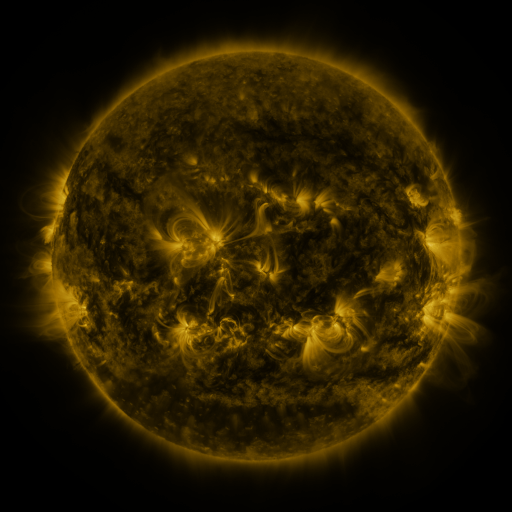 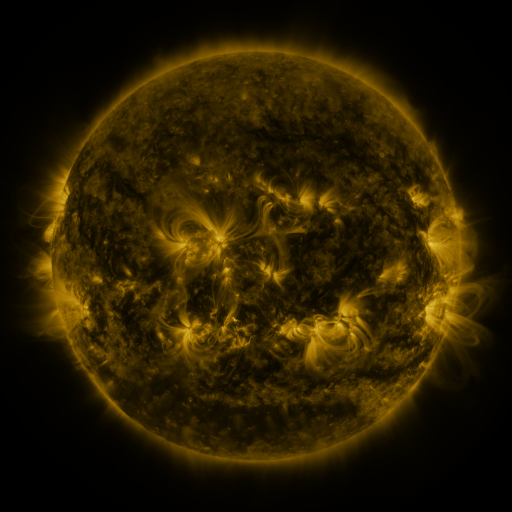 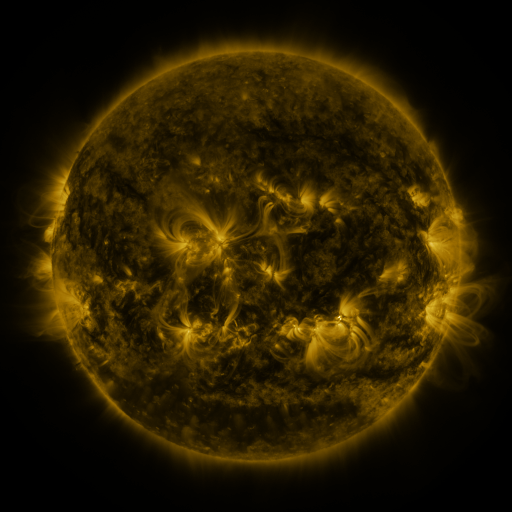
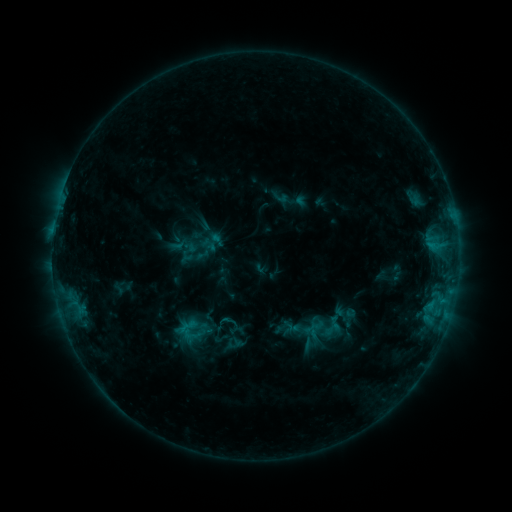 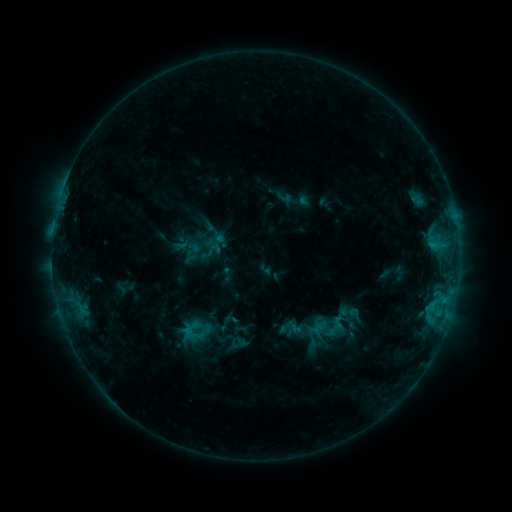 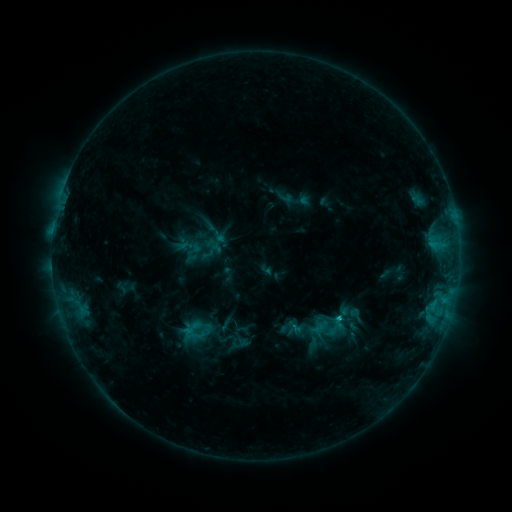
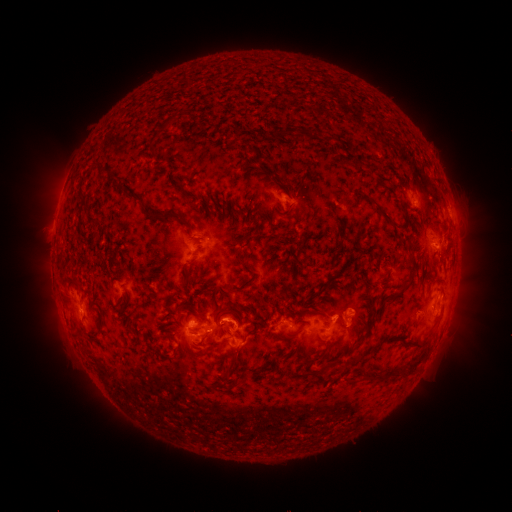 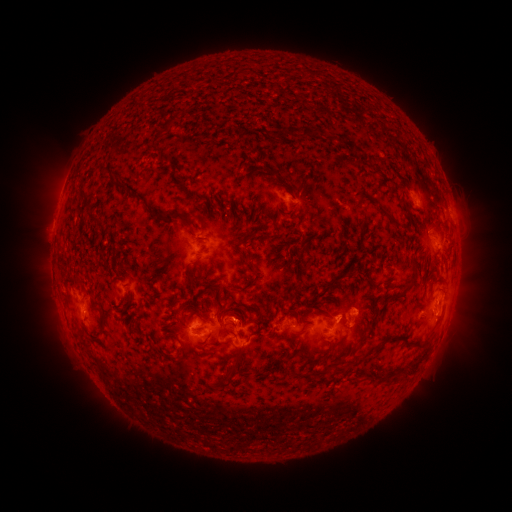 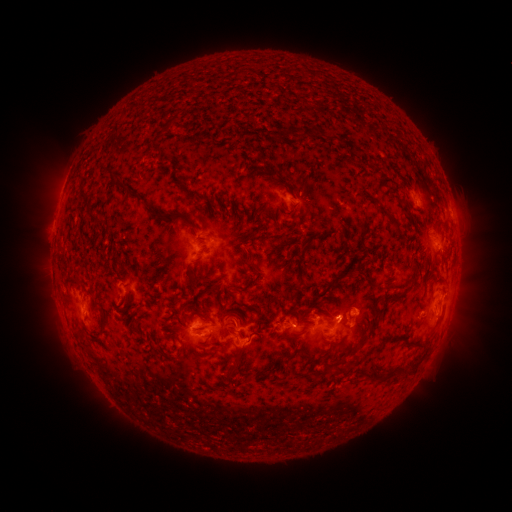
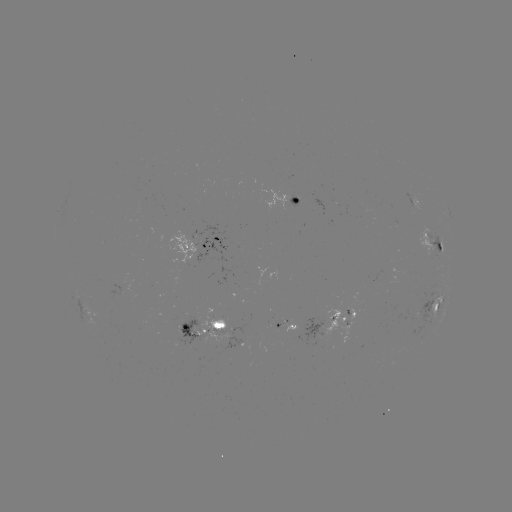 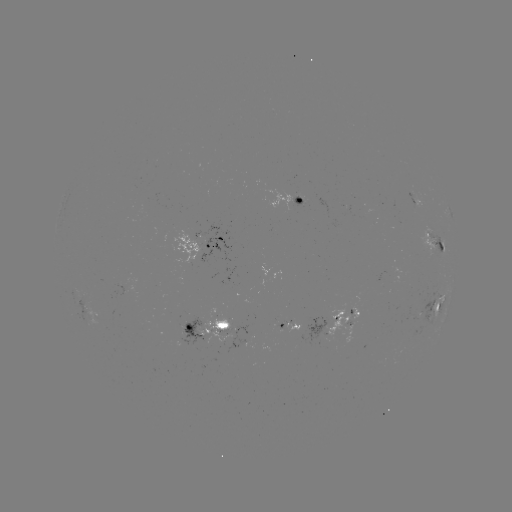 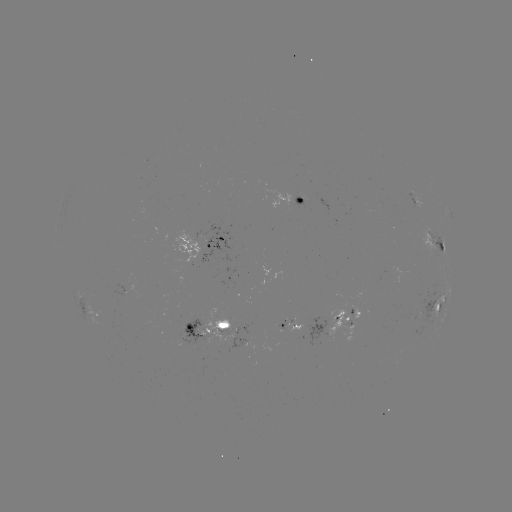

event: emerging-flux region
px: (332, 328)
